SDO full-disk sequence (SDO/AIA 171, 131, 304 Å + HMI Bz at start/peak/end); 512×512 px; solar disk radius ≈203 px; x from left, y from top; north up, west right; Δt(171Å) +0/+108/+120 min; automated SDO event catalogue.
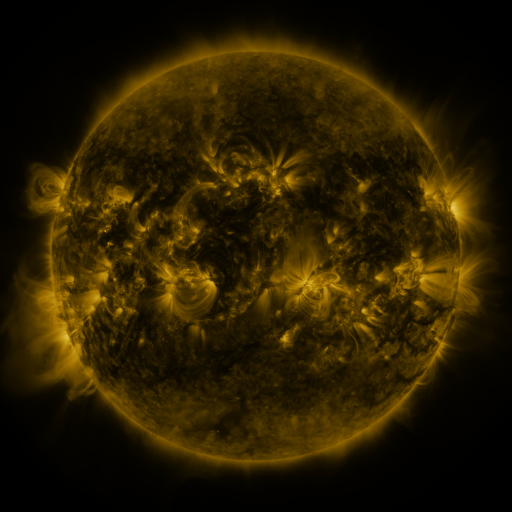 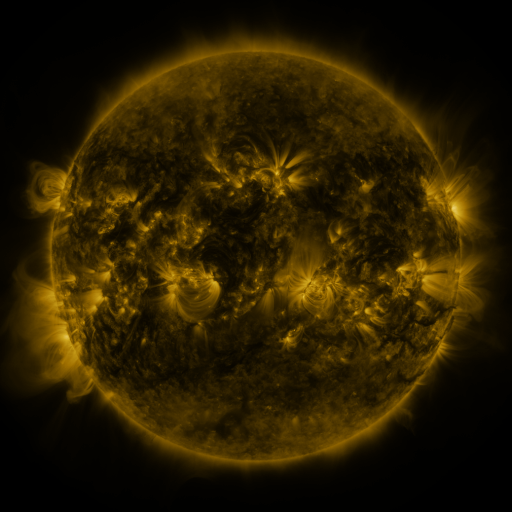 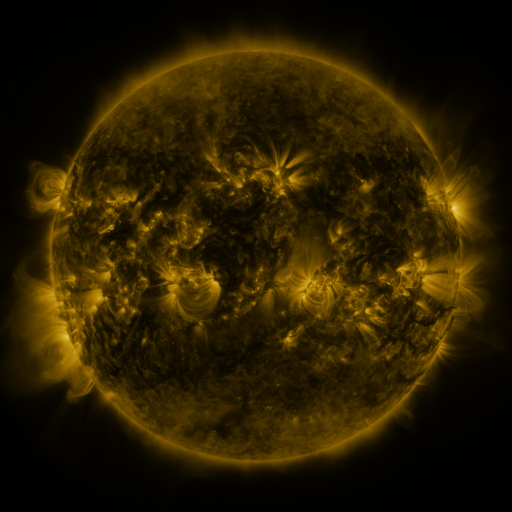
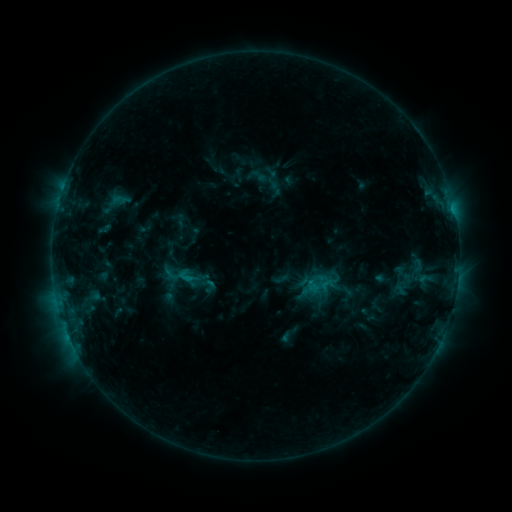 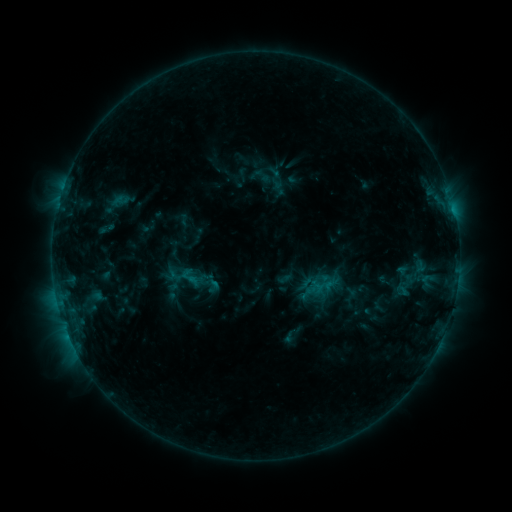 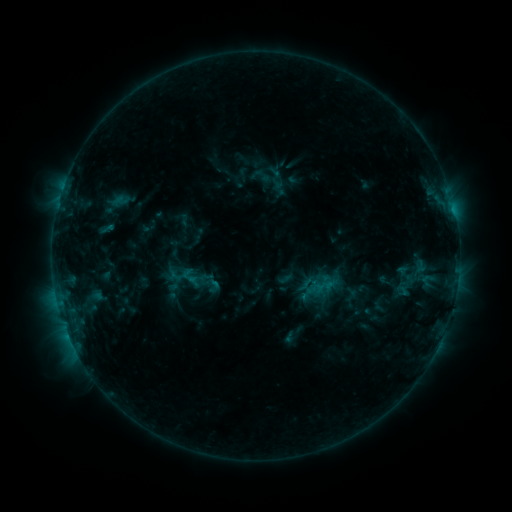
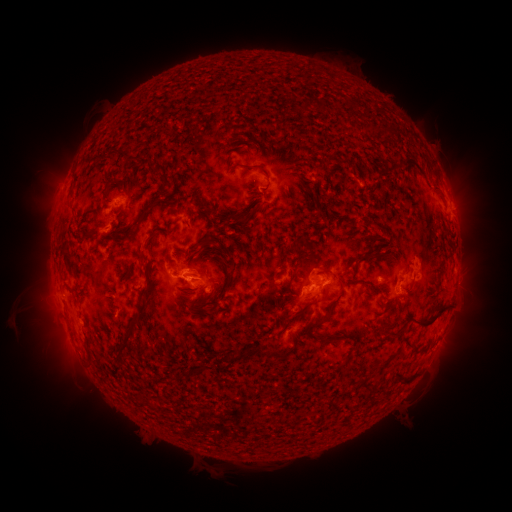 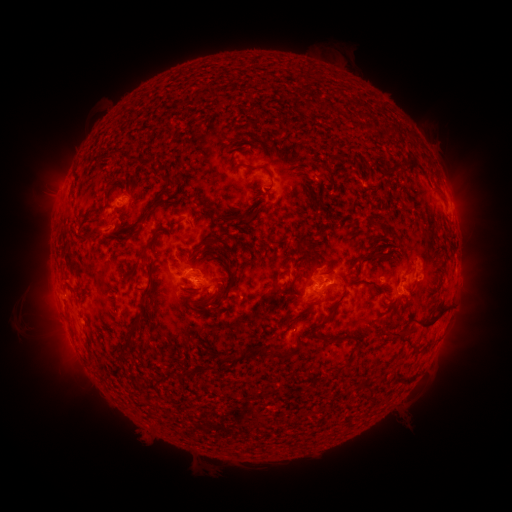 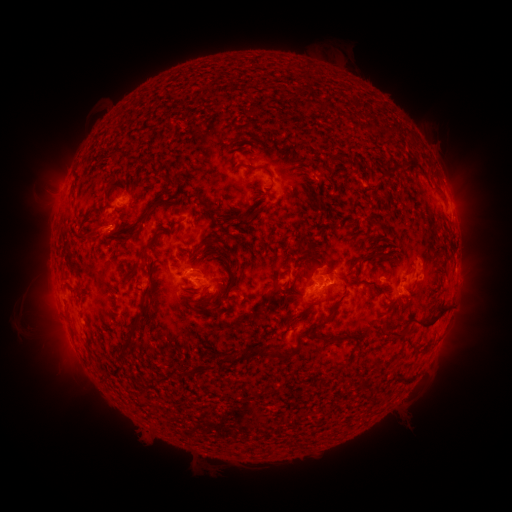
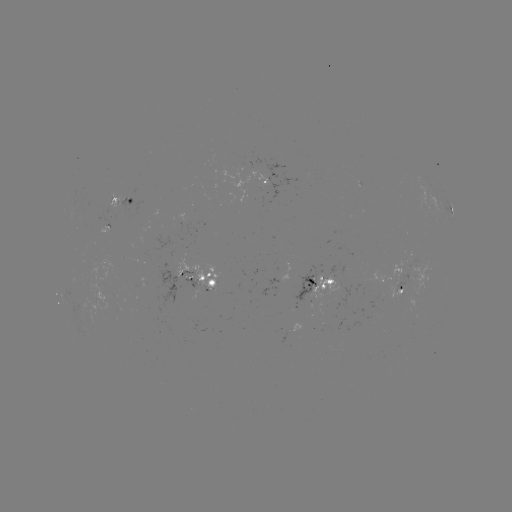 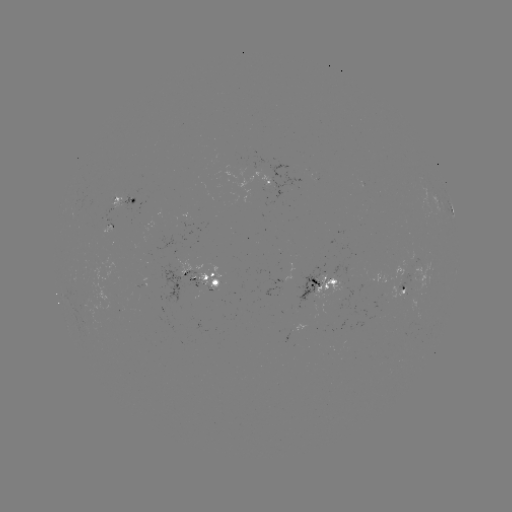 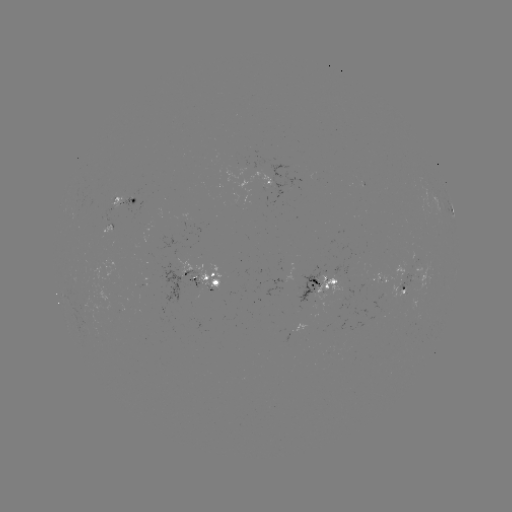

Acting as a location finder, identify emerging-flux region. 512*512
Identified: (197, 286).